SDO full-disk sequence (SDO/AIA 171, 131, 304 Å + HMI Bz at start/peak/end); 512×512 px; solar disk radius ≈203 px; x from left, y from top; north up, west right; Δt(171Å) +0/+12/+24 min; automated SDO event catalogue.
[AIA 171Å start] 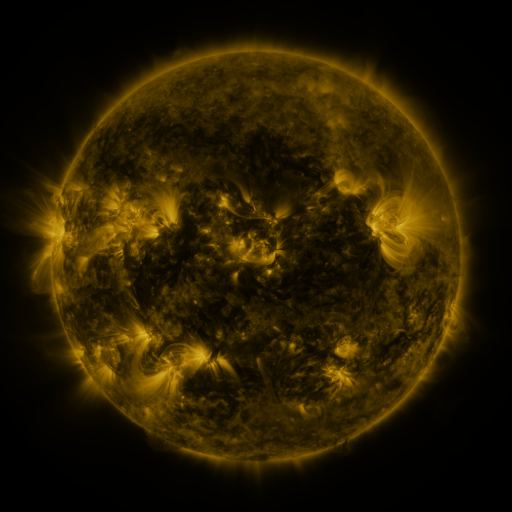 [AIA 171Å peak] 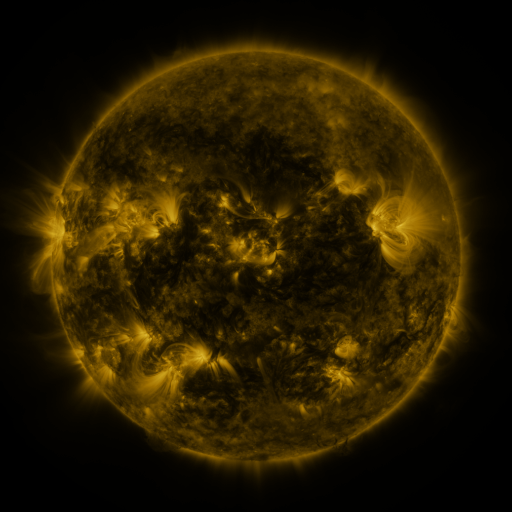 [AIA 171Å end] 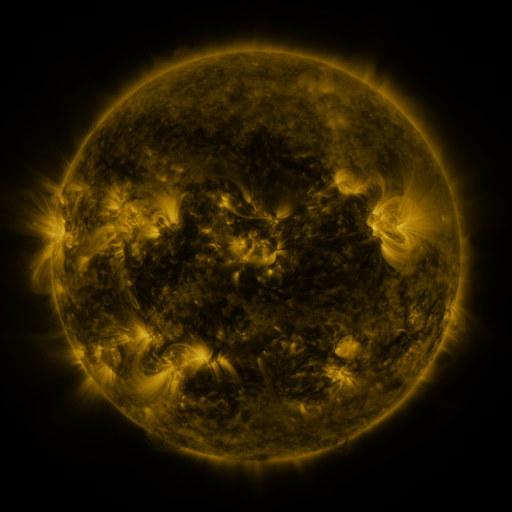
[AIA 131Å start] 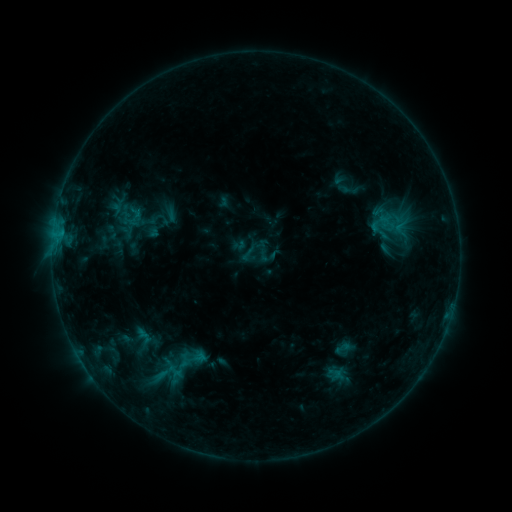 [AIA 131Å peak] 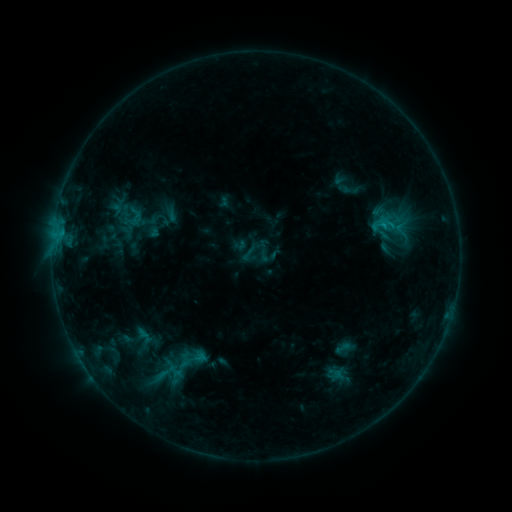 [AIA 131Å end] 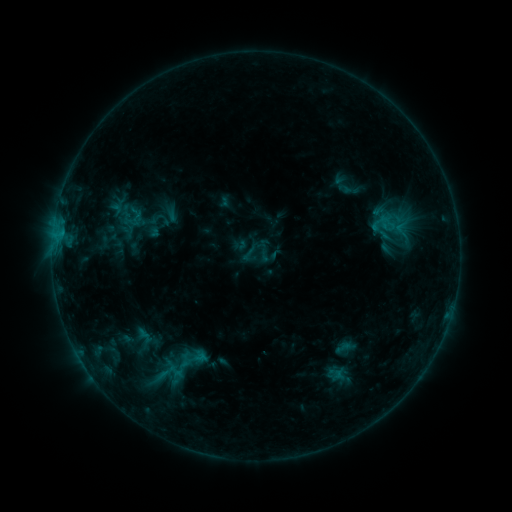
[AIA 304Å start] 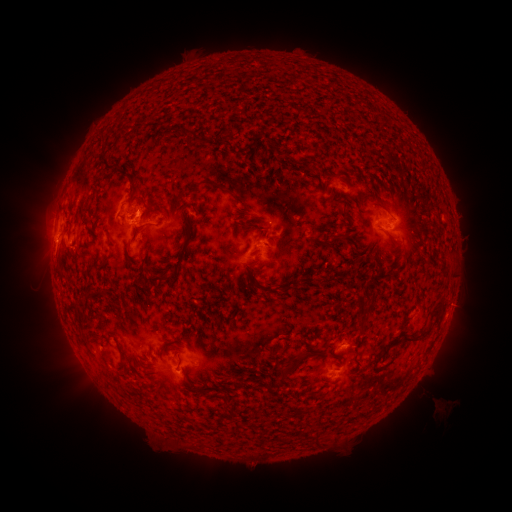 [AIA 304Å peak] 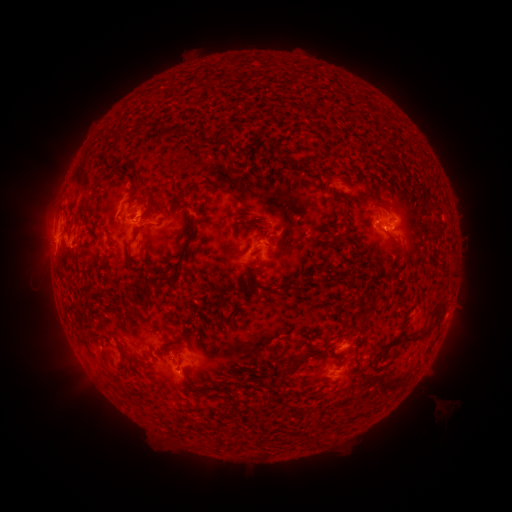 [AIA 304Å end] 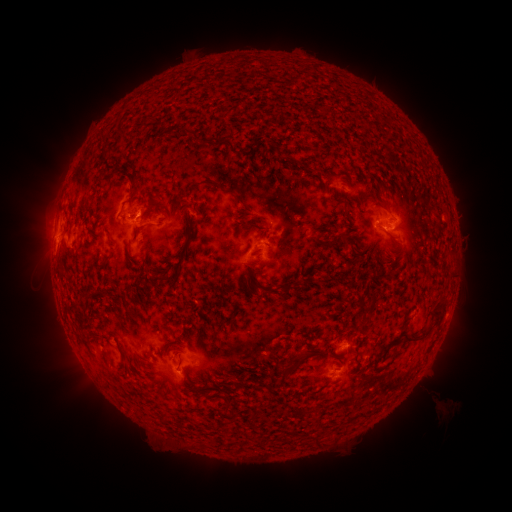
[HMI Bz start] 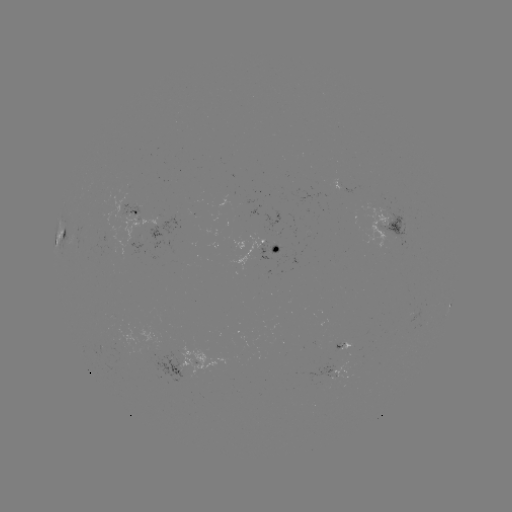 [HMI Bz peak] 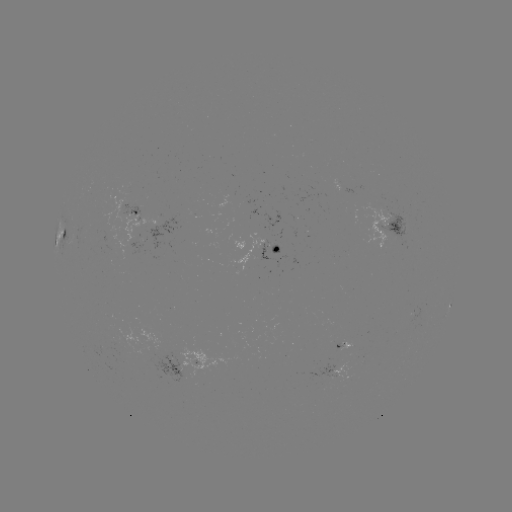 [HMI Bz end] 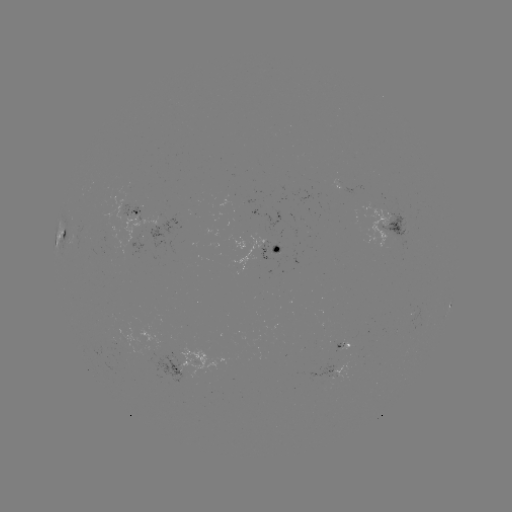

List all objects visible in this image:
B7.3 flare: (381, 225)
